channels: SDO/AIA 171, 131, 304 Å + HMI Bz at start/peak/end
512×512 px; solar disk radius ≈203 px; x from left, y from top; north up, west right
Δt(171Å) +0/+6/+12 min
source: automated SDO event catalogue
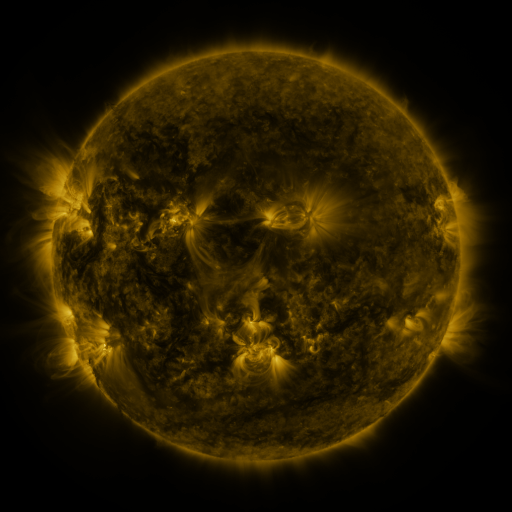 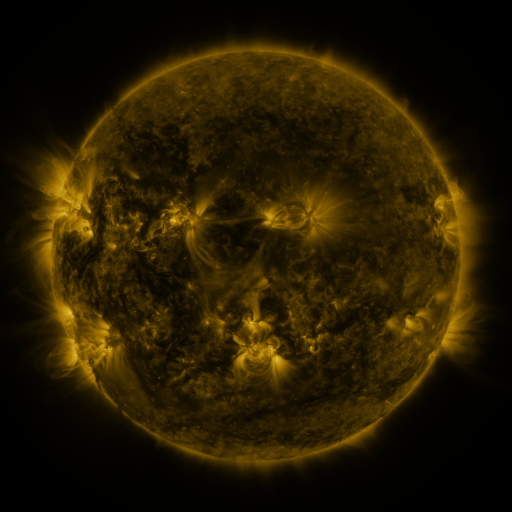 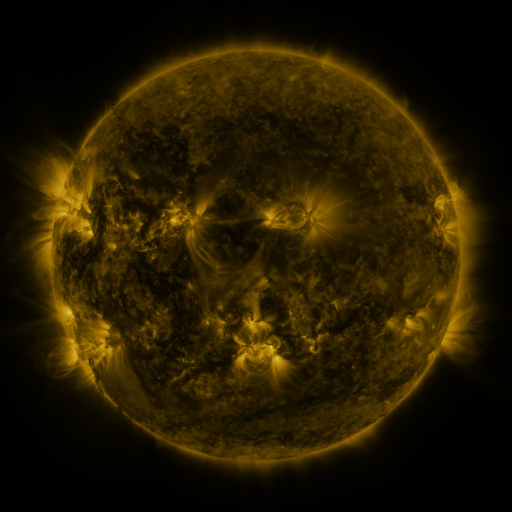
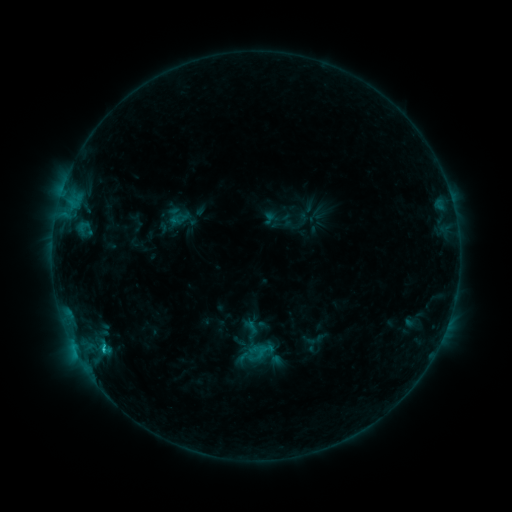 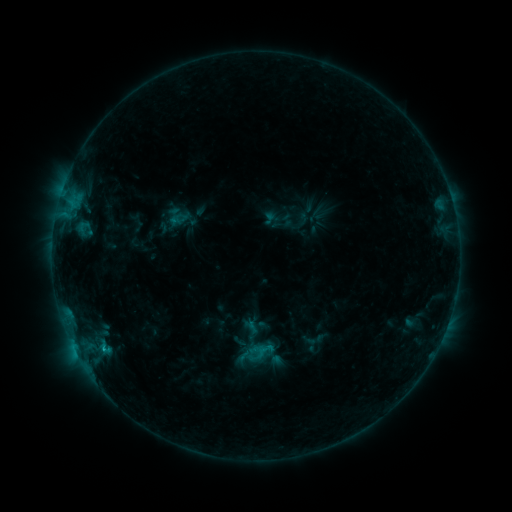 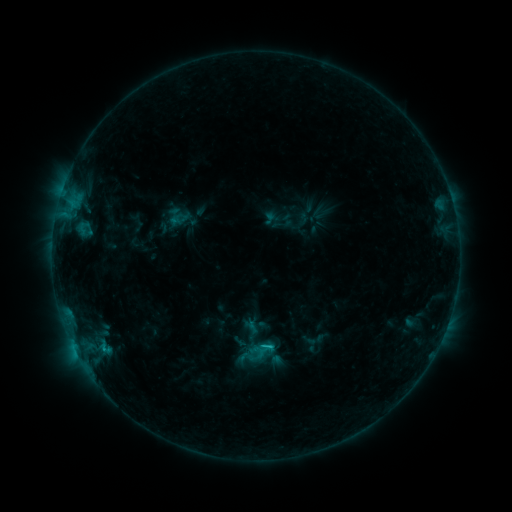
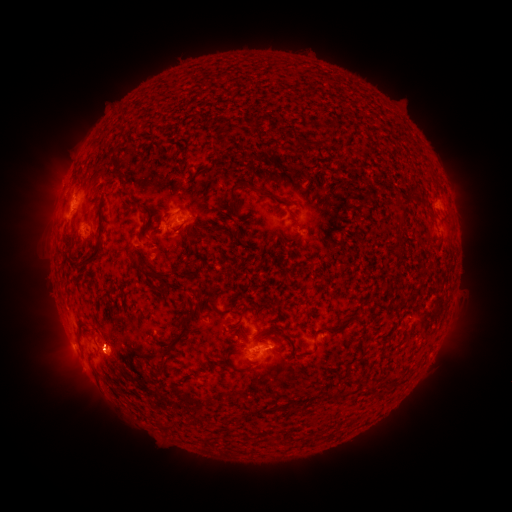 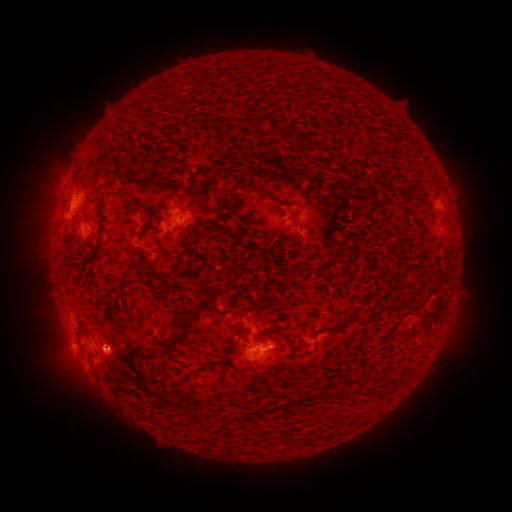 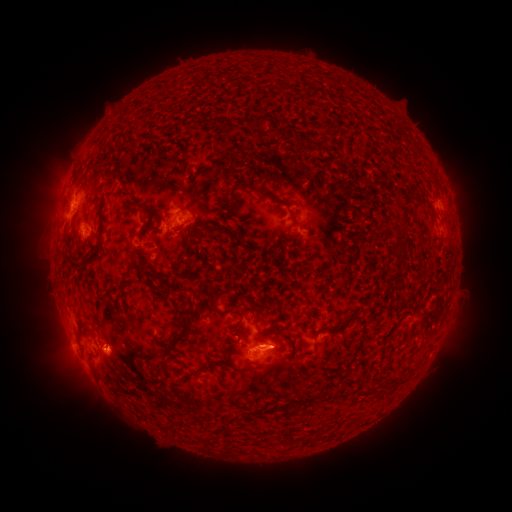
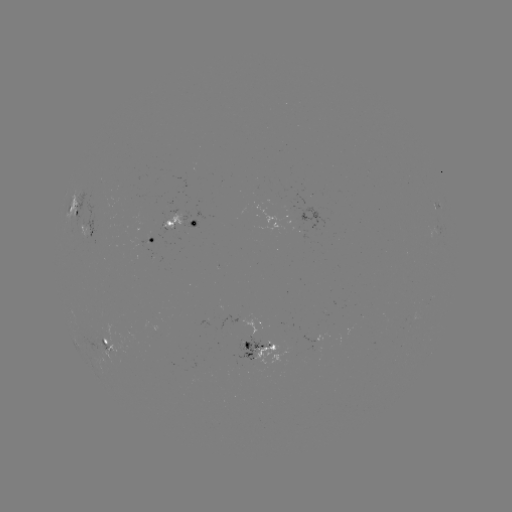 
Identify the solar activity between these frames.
C1.1 flare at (104, 347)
